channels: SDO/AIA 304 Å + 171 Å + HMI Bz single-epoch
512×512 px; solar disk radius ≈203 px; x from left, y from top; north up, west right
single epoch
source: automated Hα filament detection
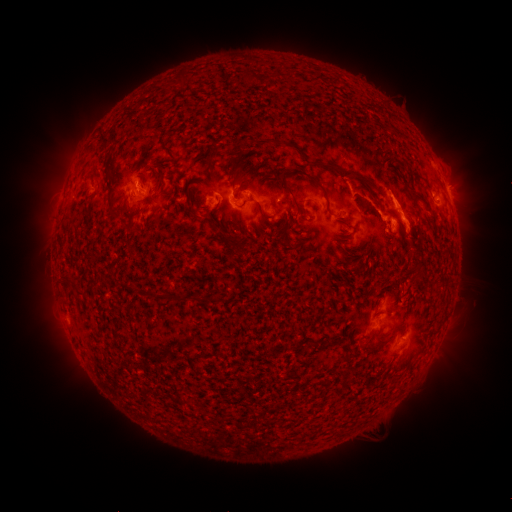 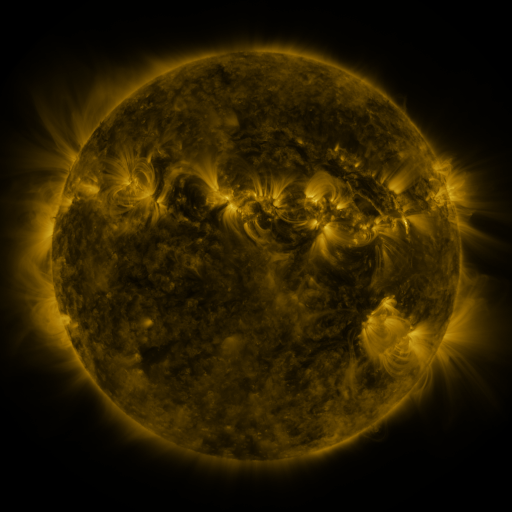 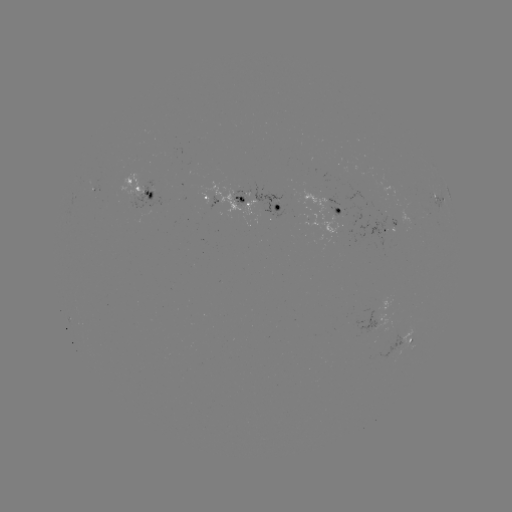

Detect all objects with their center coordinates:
filament: [100, 133, 110, 144]
filament: [259, 138, 272, 146]
filament: [236, 141, 244, 153]
filament: [323, 164, 370, 185]
filament: [280, 174, 295, 200]
filament: [312, 180, 327, 198]
filament: [144, 189, 156, 201]
filament: [408, 191, 433, 215]
filament: [254, 201, 272, 222]
filament: [187, 203, 195, 214]
filament: [216, 230, 229, 244]
filament: [353, 268, 363, 276]
filament: [413, 282, 424, 296]
filament: [145, 286, 155, 297]
filament: [170, 292, 180, 301]
filament: [187, 294, 200, 303]
filament: [358, 341, 368, 349]
